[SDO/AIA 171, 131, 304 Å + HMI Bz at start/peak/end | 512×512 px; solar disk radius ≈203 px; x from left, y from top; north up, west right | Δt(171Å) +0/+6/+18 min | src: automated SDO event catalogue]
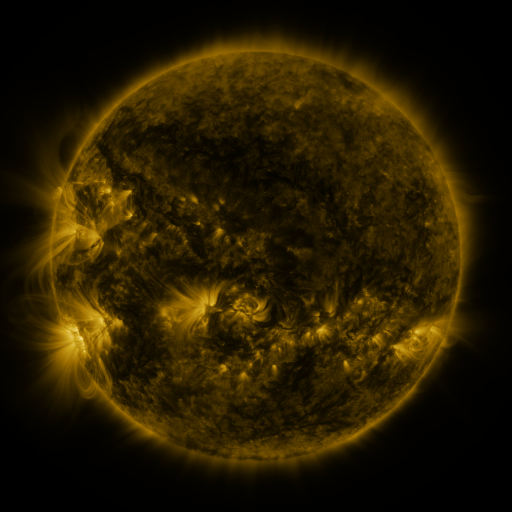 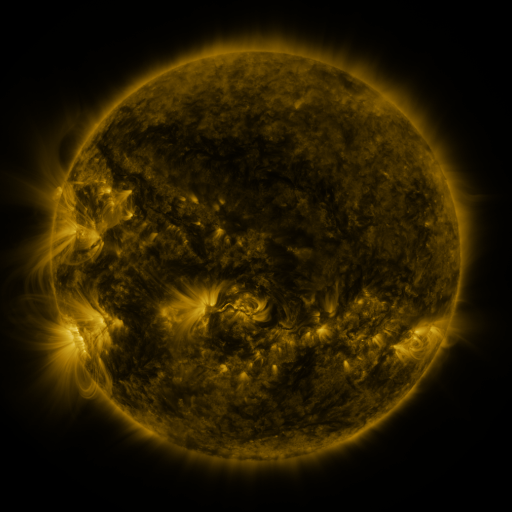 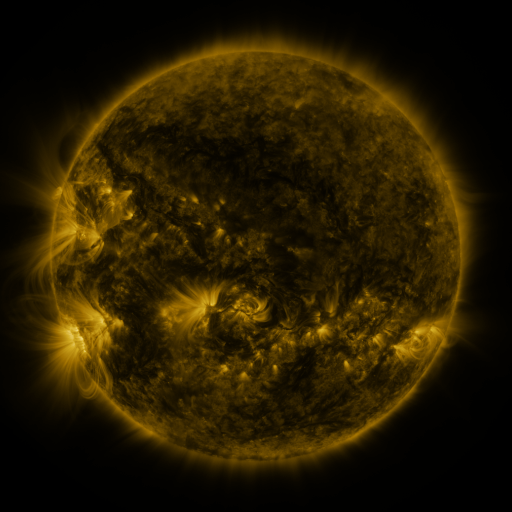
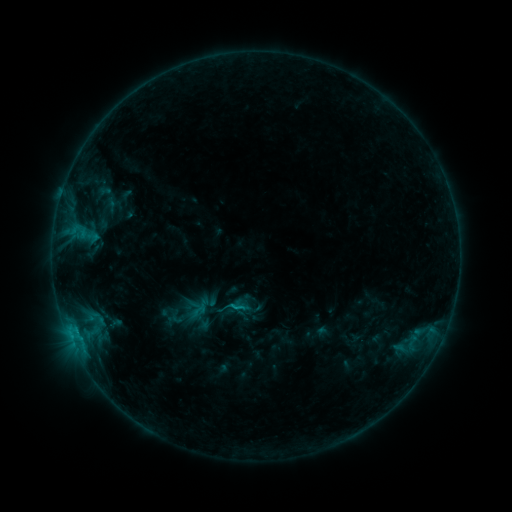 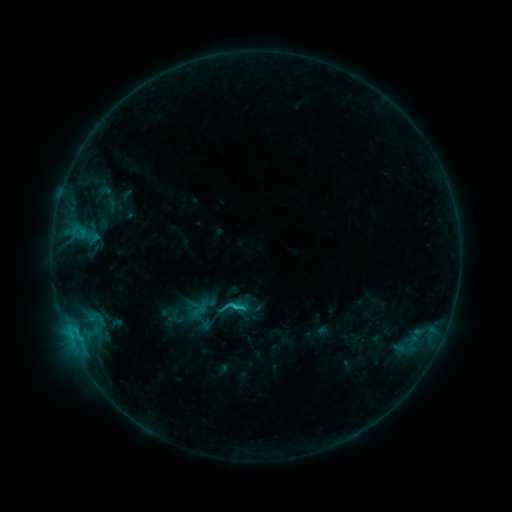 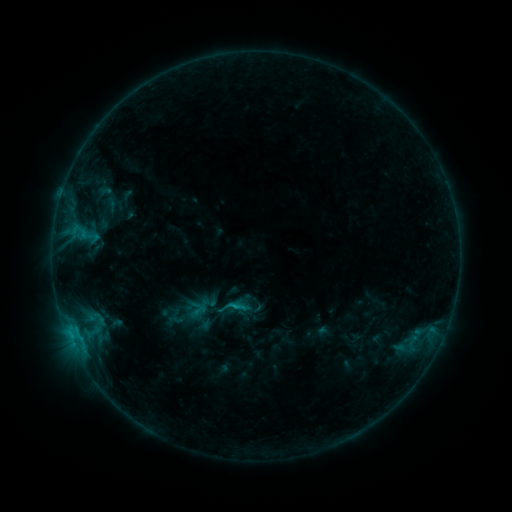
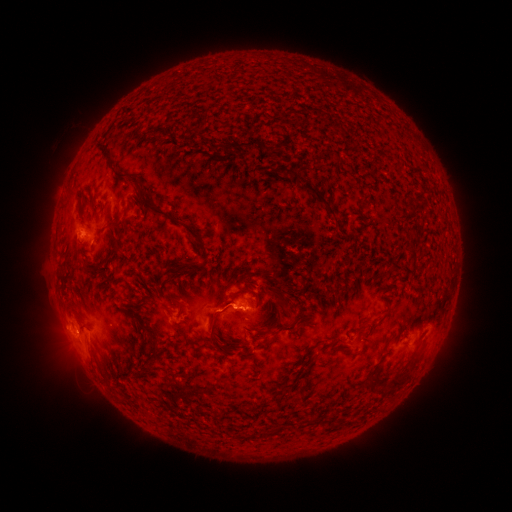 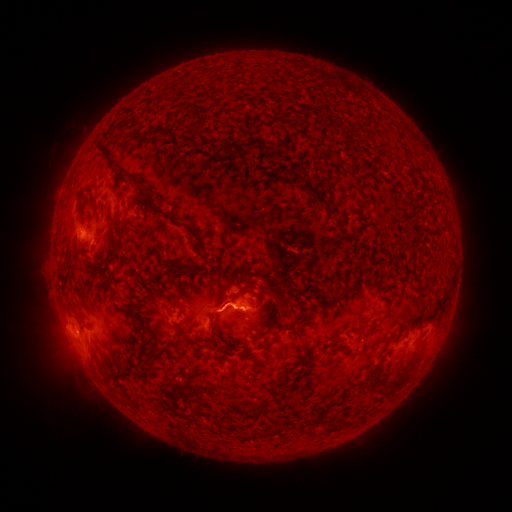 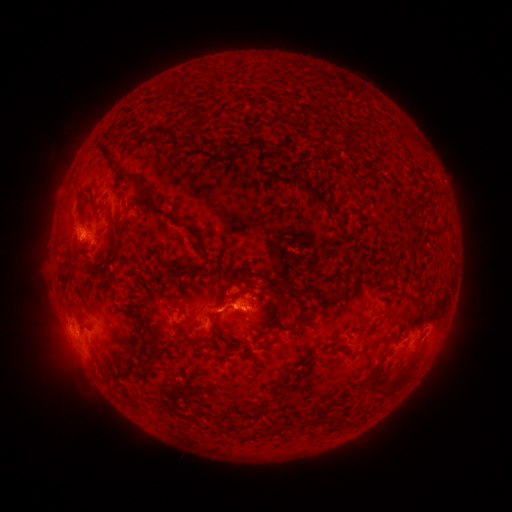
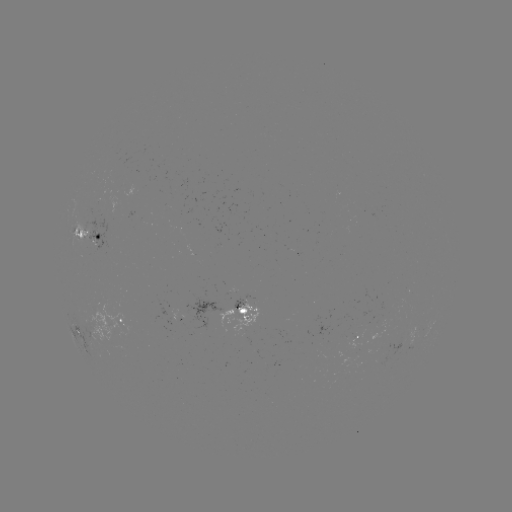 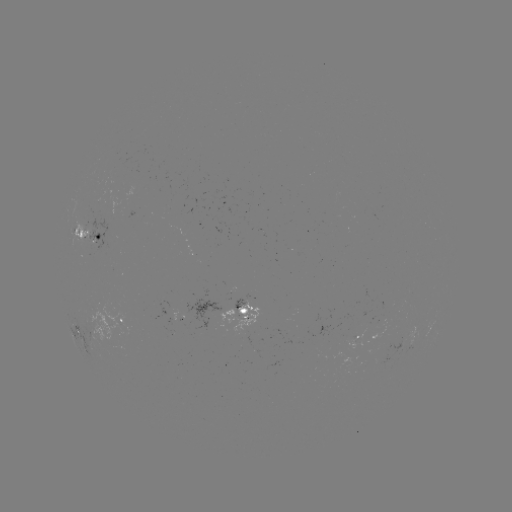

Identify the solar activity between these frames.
C1.4 flare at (238, 303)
